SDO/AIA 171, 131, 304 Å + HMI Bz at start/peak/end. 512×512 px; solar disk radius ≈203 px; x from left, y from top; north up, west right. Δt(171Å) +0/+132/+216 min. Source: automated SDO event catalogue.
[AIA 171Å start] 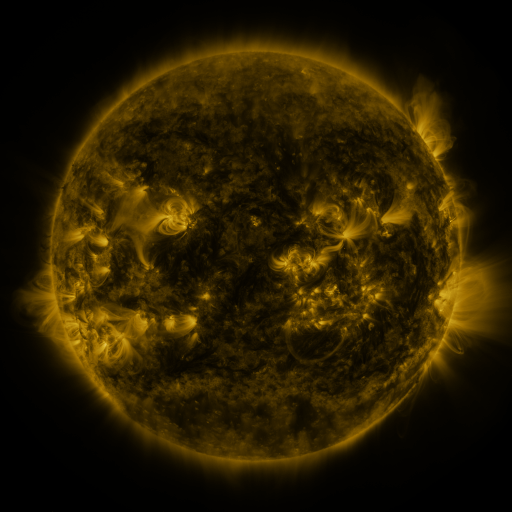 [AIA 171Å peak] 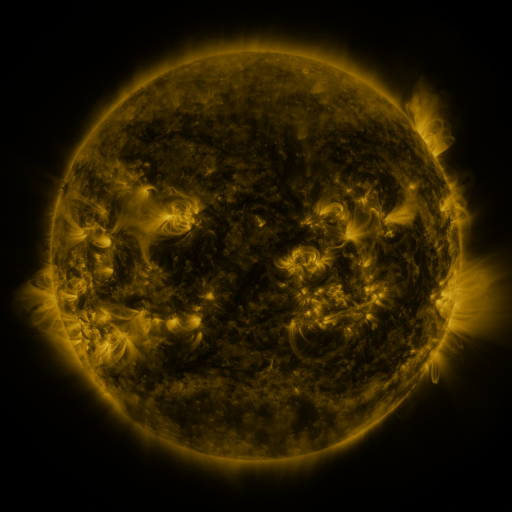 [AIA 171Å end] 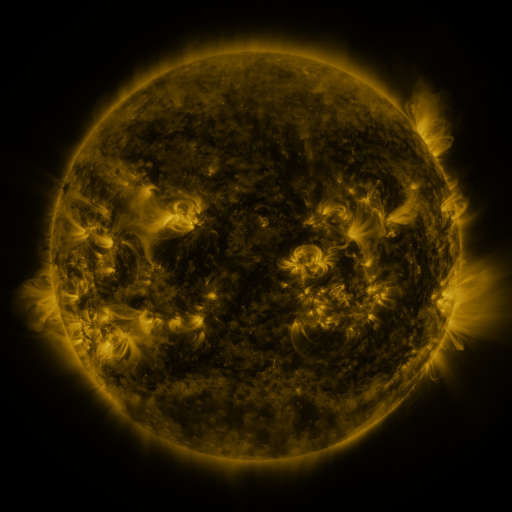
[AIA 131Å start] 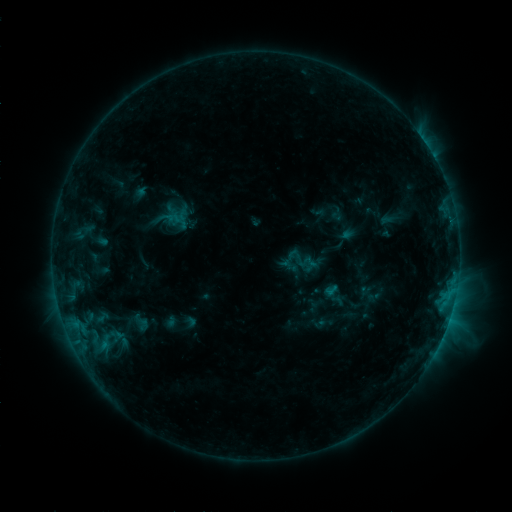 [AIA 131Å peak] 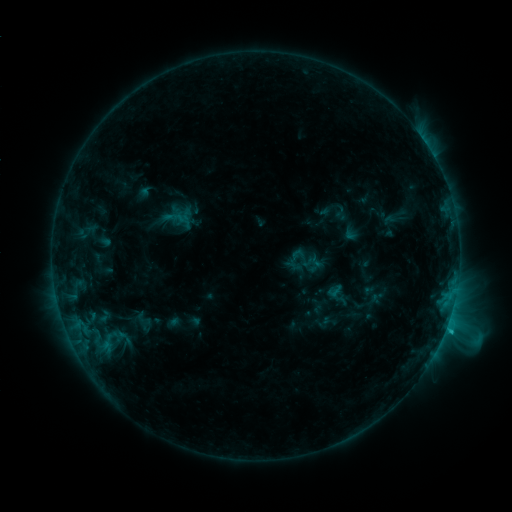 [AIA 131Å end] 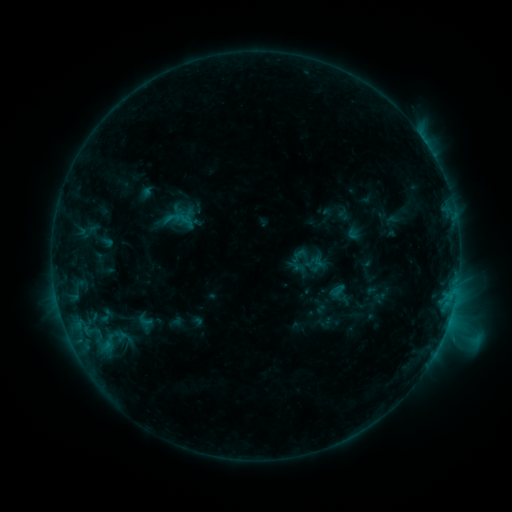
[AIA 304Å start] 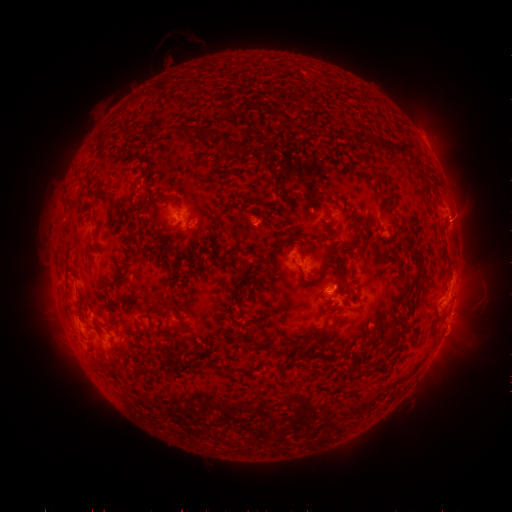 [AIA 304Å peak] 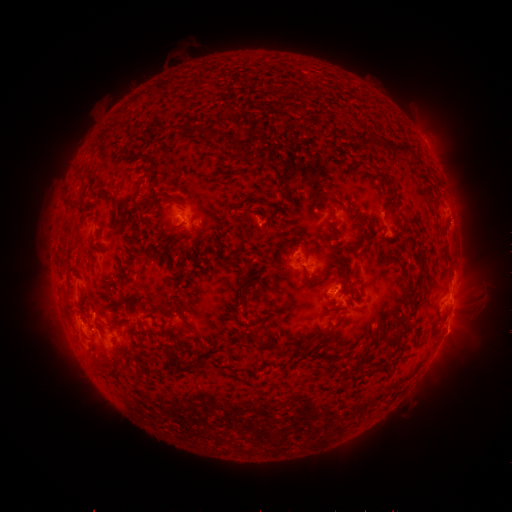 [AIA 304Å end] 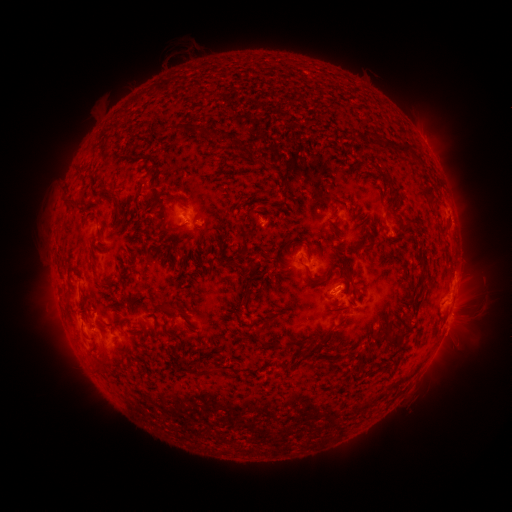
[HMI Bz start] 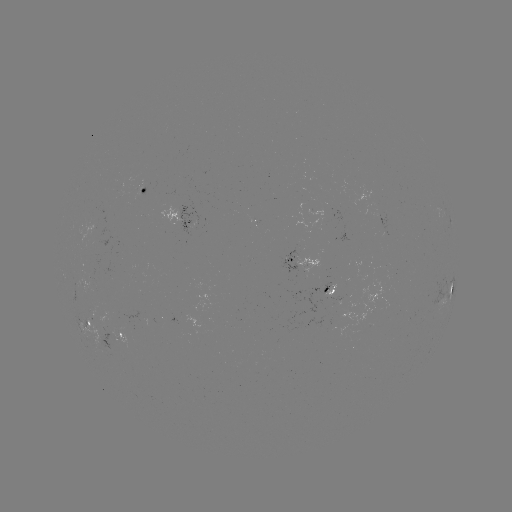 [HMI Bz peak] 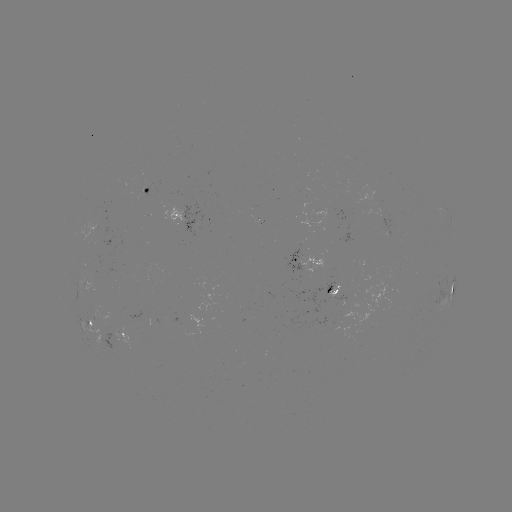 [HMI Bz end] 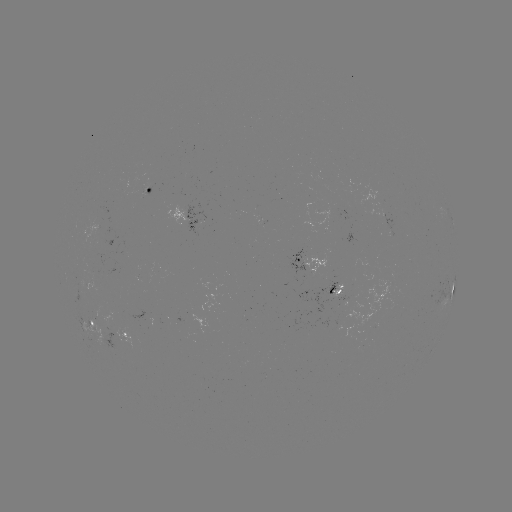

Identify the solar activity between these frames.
C3.0 flare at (445, 328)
